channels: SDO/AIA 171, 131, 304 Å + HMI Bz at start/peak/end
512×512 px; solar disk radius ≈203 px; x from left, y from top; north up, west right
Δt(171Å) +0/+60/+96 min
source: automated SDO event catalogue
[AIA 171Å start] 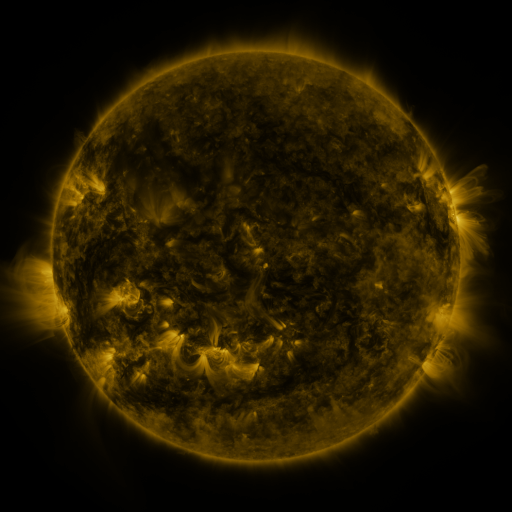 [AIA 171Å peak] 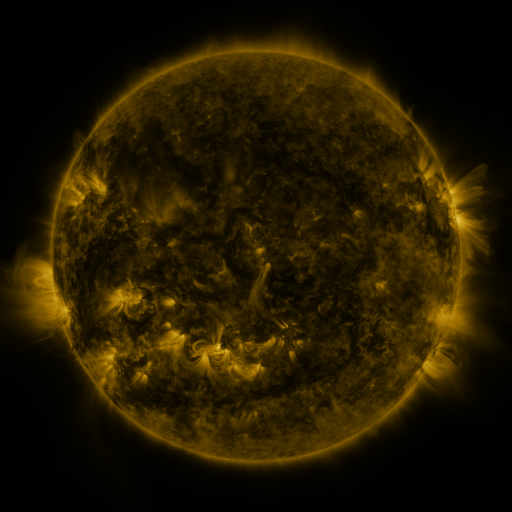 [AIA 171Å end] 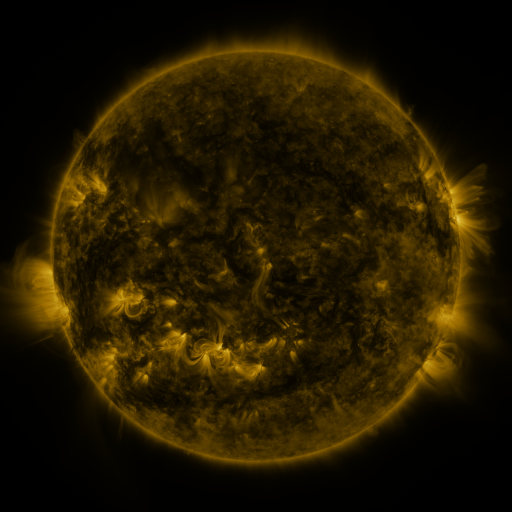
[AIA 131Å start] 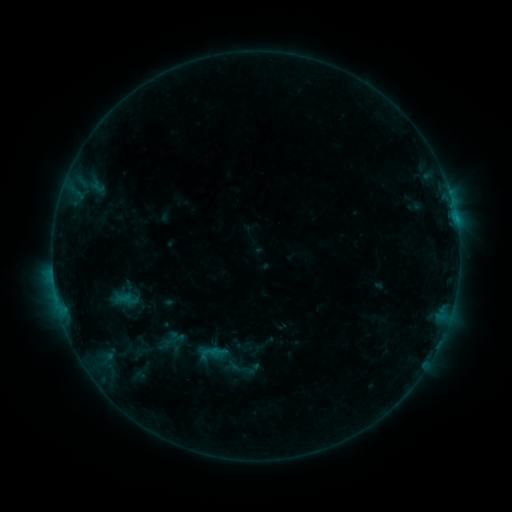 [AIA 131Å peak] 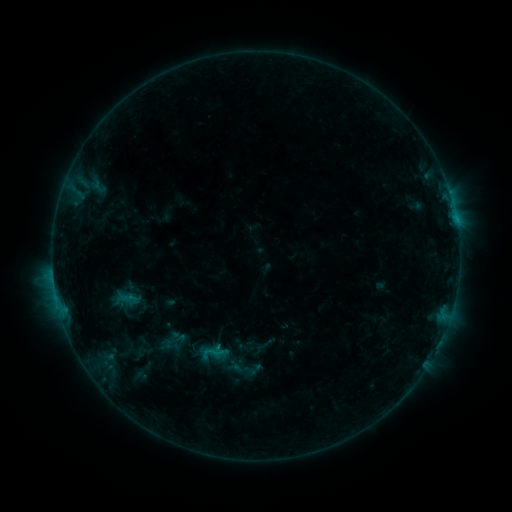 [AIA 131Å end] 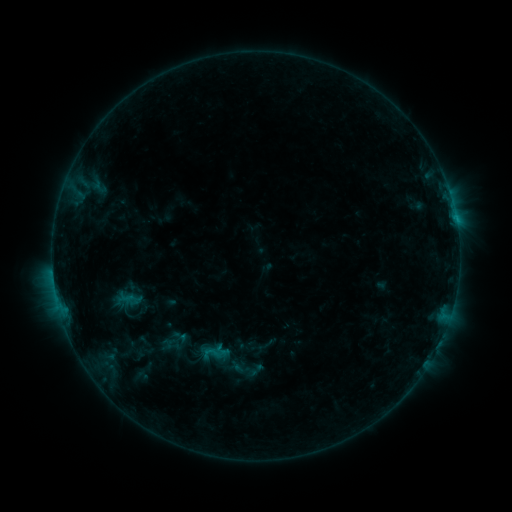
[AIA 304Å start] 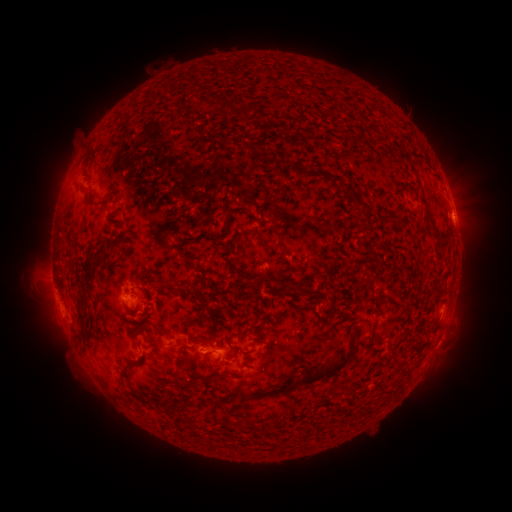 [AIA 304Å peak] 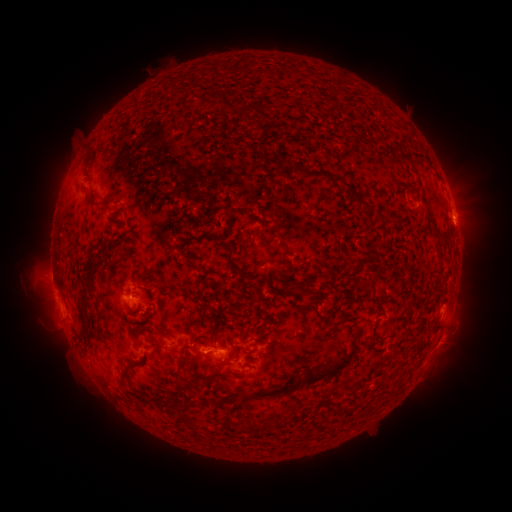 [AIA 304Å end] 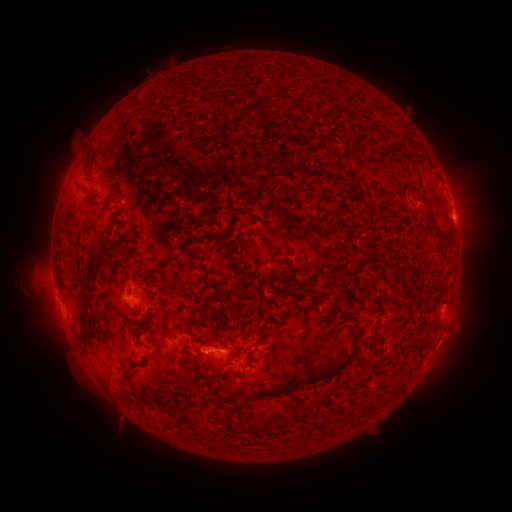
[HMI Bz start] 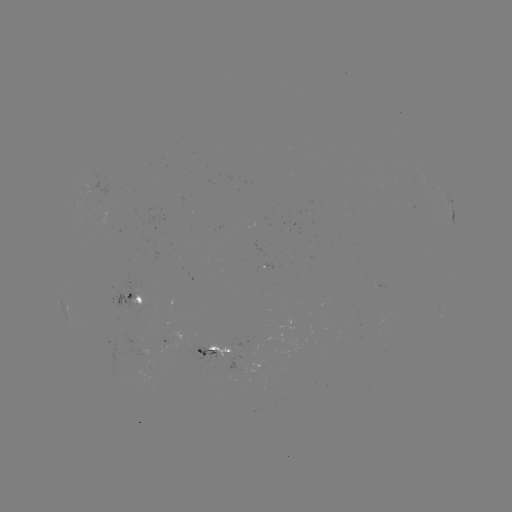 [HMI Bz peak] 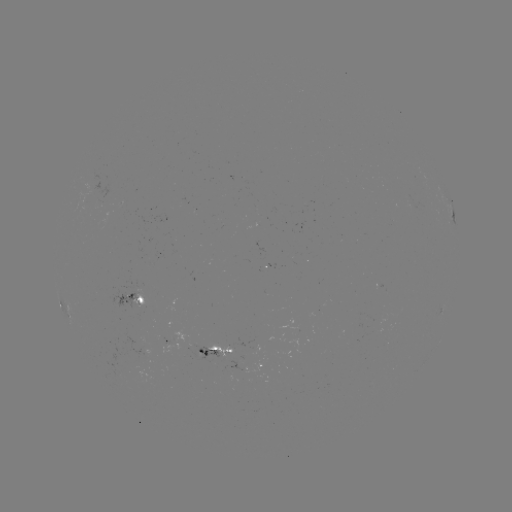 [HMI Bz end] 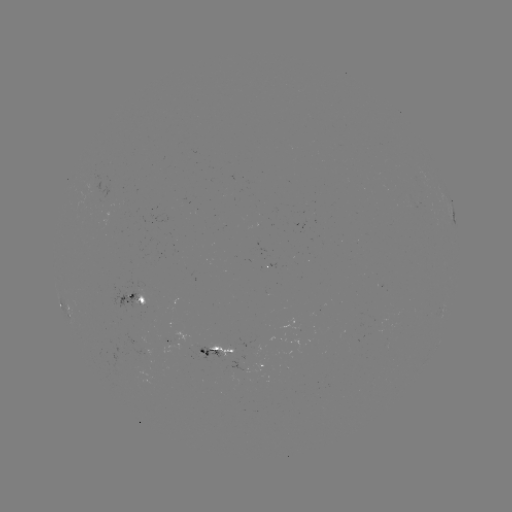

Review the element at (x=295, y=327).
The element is emerging-flux region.